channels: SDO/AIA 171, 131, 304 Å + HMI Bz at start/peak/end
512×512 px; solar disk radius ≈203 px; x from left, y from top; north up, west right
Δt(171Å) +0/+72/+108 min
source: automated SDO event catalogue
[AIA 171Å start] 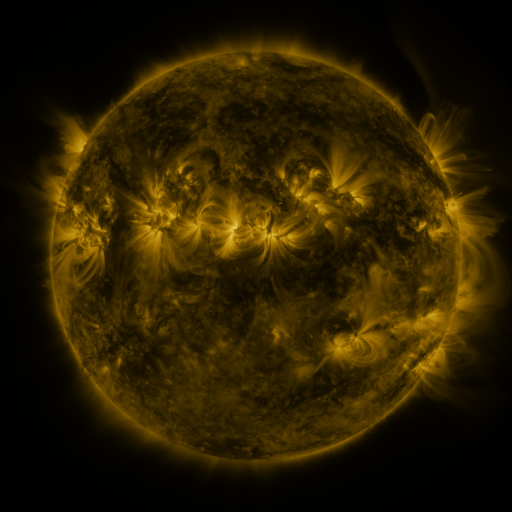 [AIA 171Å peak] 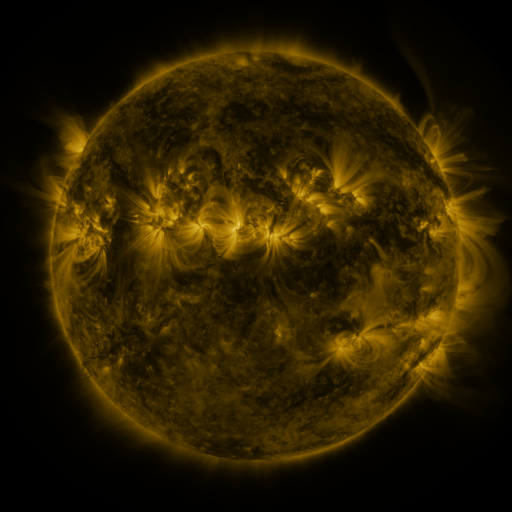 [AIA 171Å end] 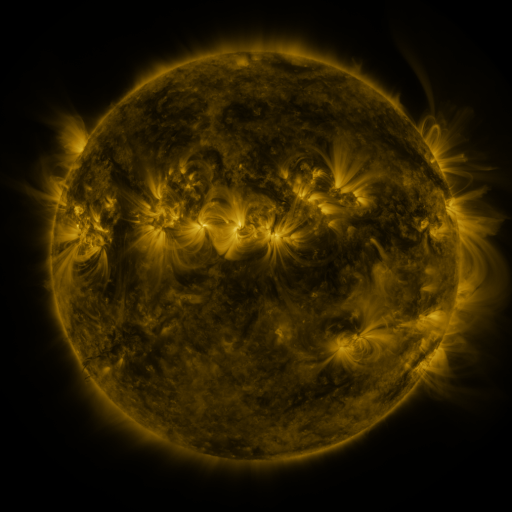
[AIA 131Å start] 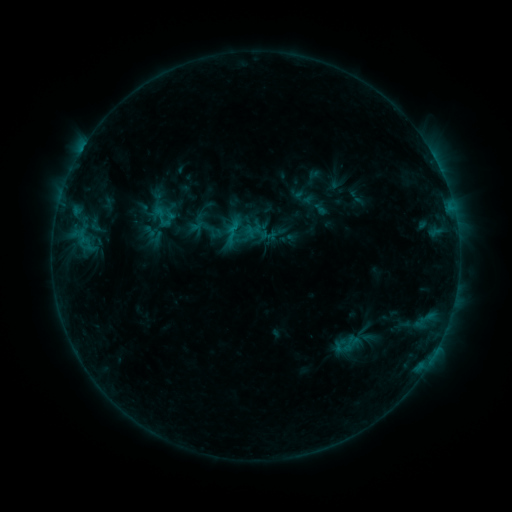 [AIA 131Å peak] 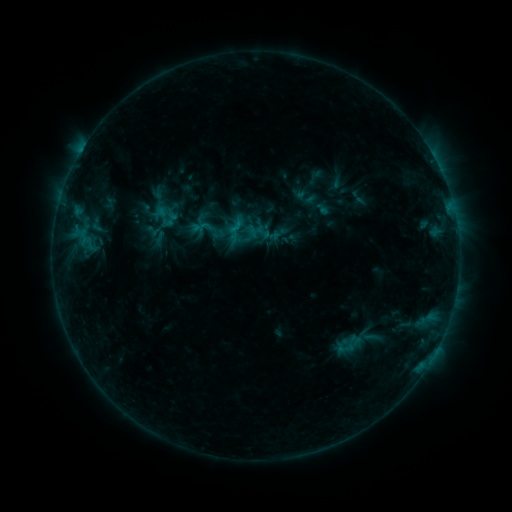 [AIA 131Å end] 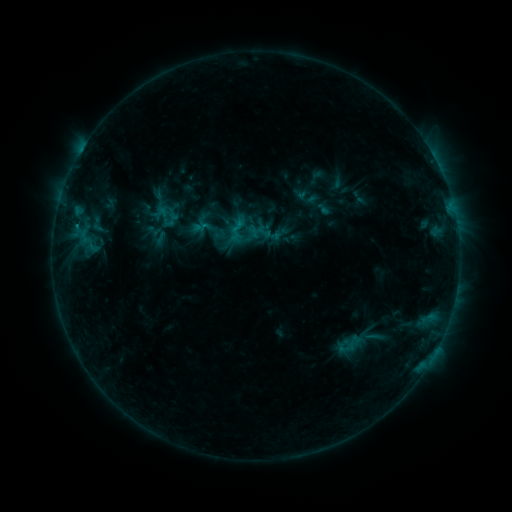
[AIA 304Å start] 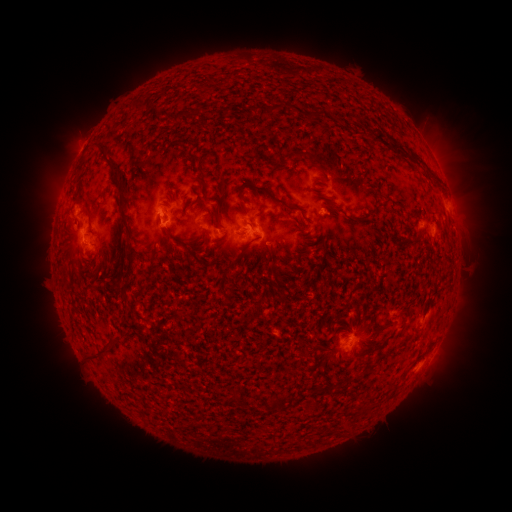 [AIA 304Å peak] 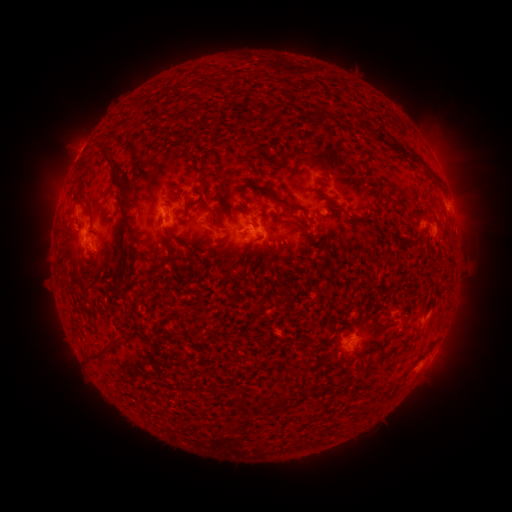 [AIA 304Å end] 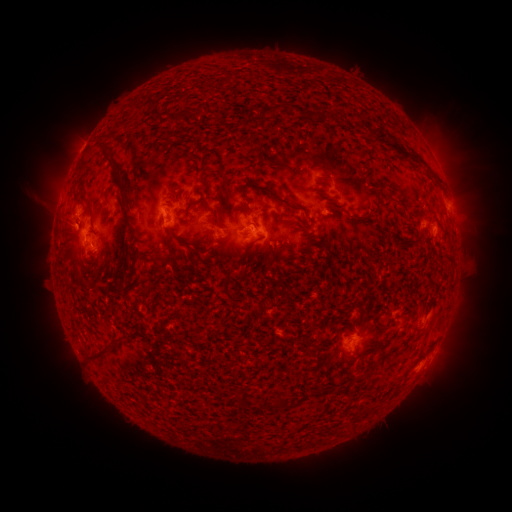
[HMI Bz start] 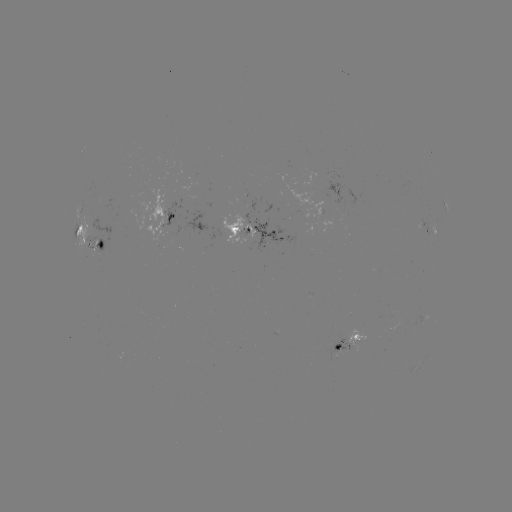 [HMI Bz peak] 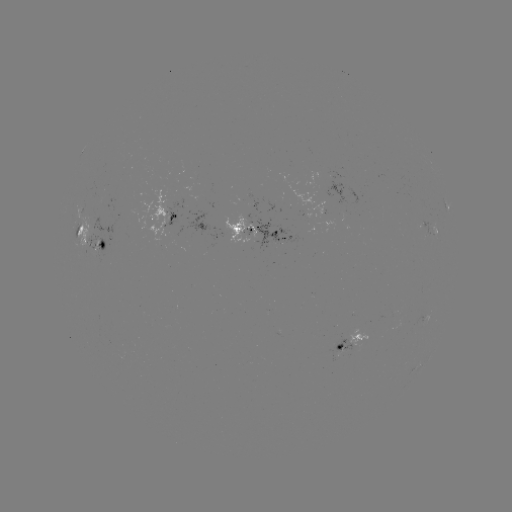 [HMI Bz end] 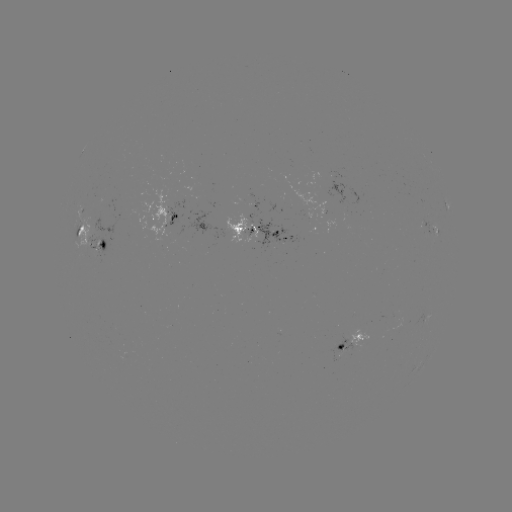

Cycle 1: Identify emerging-flux region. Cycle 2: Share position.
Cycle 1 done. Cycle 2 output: [341, 349].